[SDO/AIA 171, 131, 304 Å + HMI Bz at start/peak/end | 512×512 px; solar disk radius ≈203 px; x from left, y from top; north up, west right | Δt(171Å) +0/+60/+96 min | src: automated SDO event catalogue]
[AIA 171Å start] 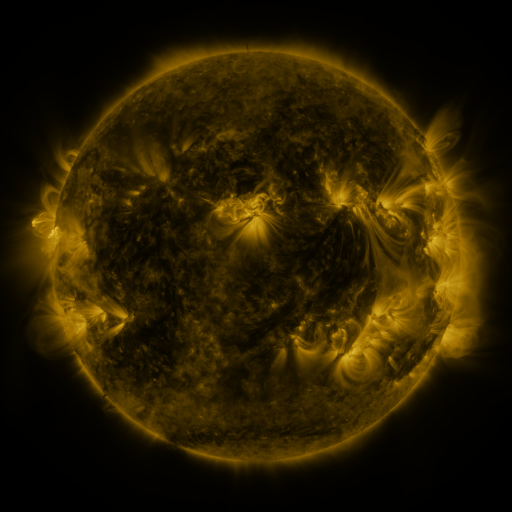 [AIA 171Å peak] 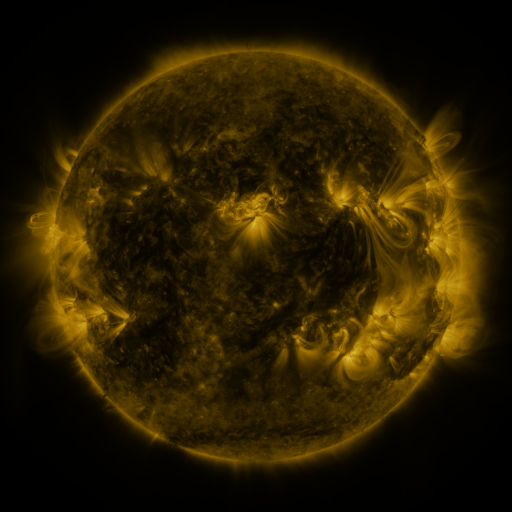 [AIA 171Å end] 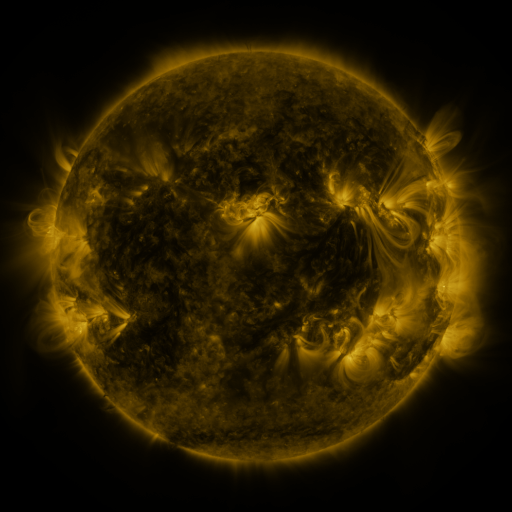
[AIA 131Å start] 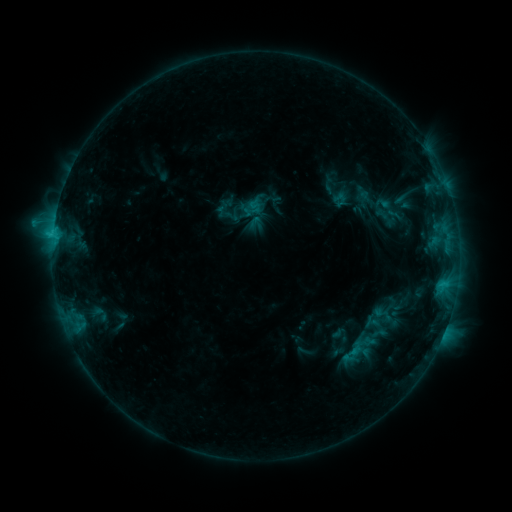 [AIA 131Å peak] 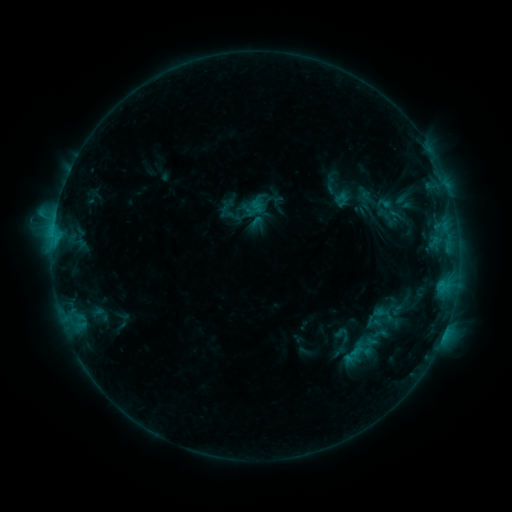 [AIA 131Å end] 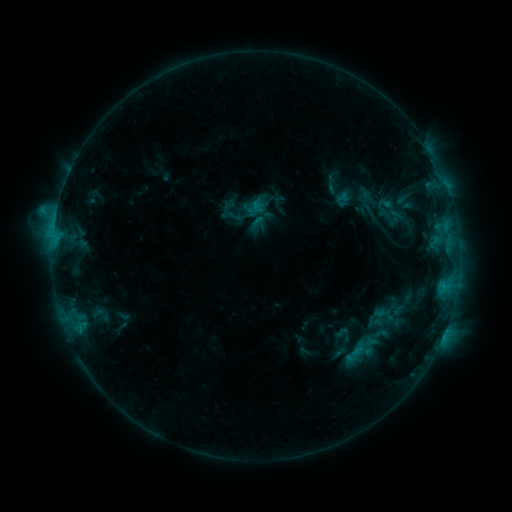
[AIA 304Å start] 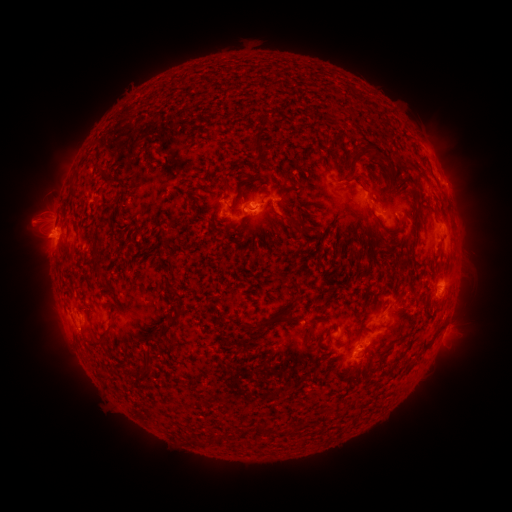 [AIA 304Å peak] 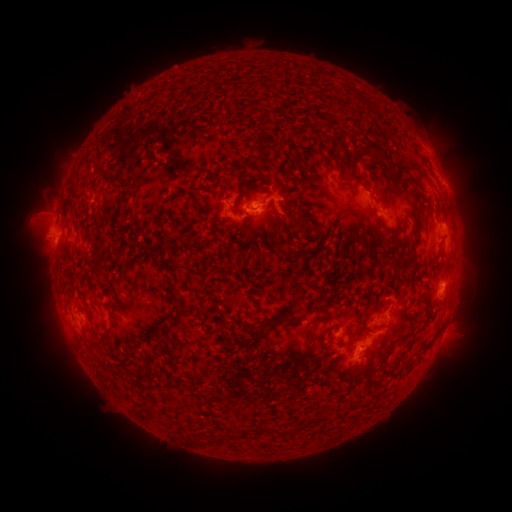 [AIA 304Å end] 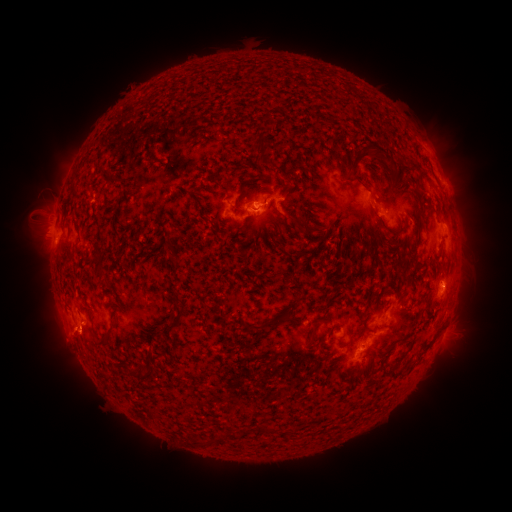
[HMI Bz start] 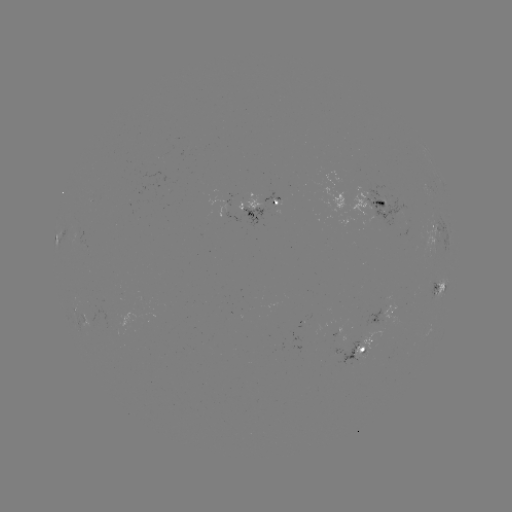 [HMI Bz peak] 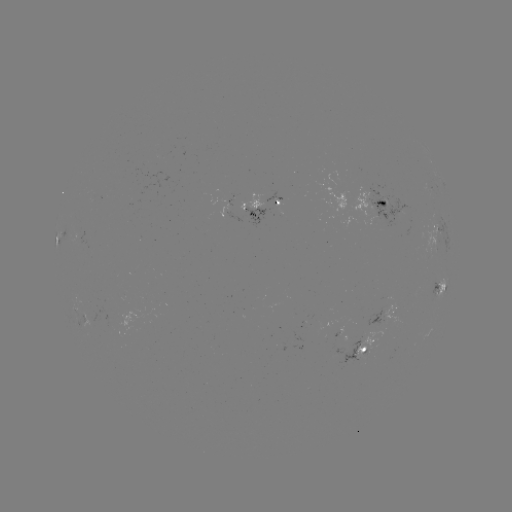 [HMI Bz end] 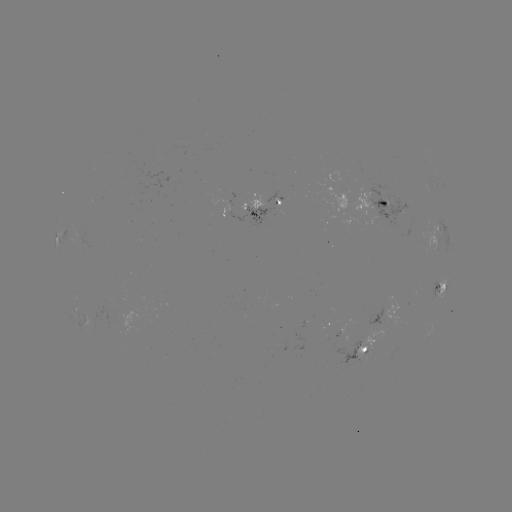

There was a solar emerging-flux region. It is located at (376, 219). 